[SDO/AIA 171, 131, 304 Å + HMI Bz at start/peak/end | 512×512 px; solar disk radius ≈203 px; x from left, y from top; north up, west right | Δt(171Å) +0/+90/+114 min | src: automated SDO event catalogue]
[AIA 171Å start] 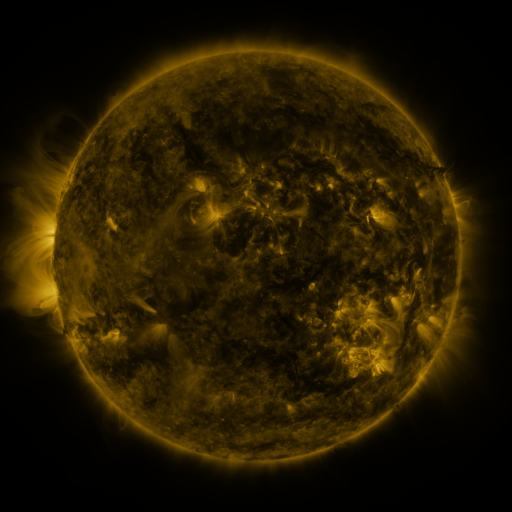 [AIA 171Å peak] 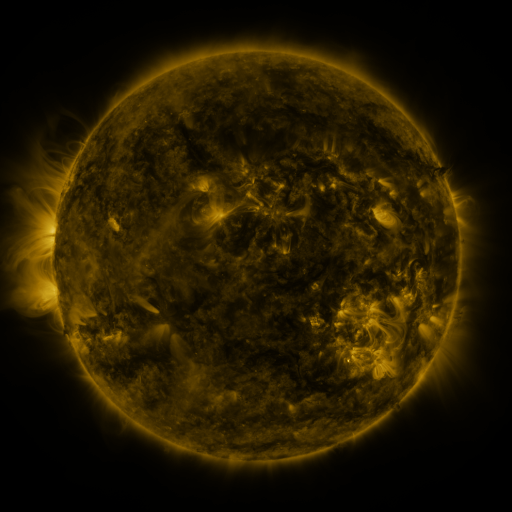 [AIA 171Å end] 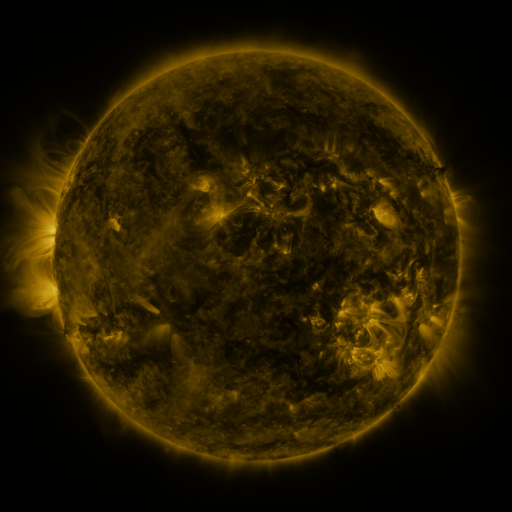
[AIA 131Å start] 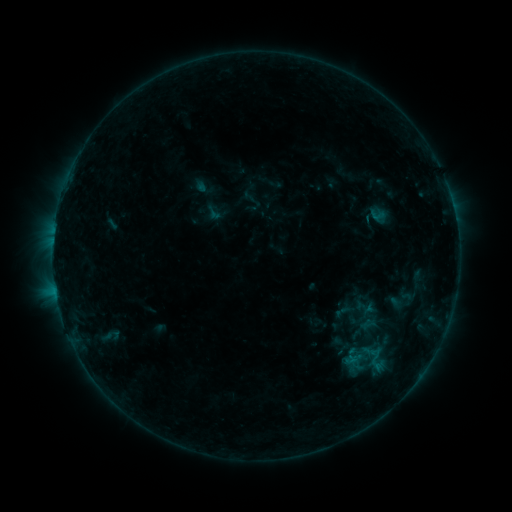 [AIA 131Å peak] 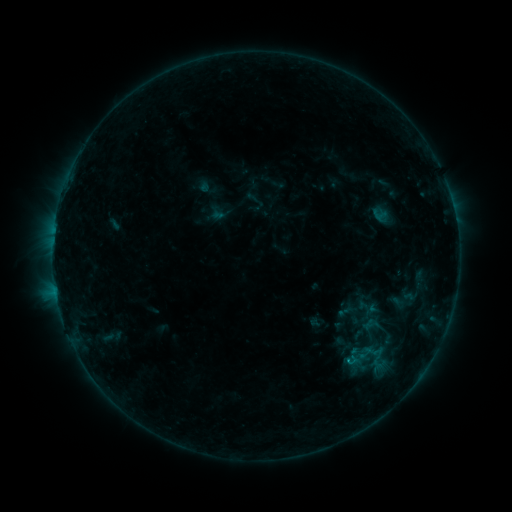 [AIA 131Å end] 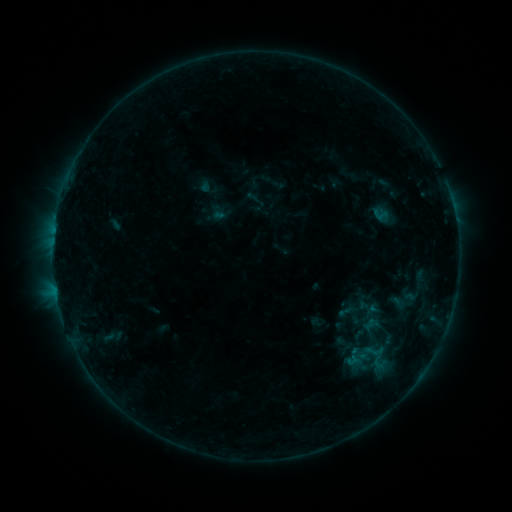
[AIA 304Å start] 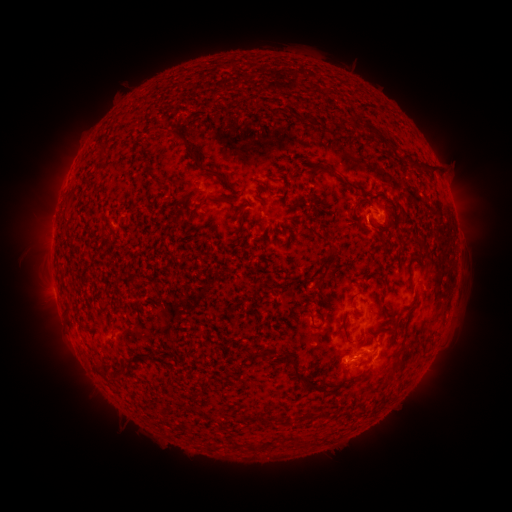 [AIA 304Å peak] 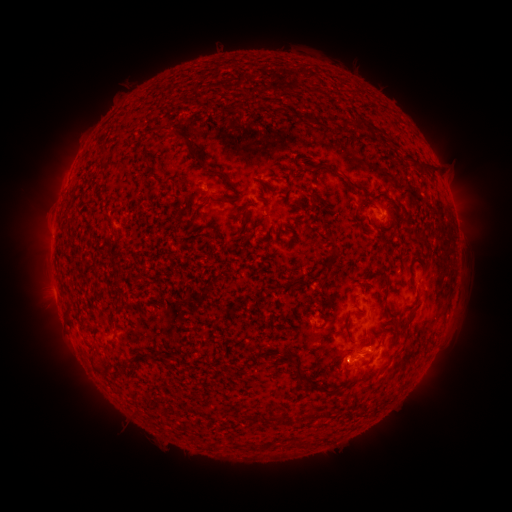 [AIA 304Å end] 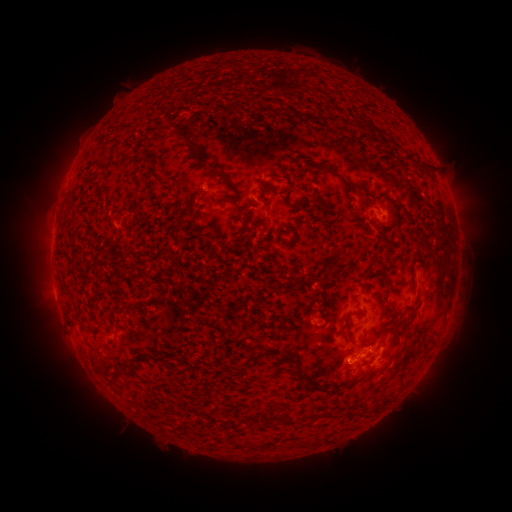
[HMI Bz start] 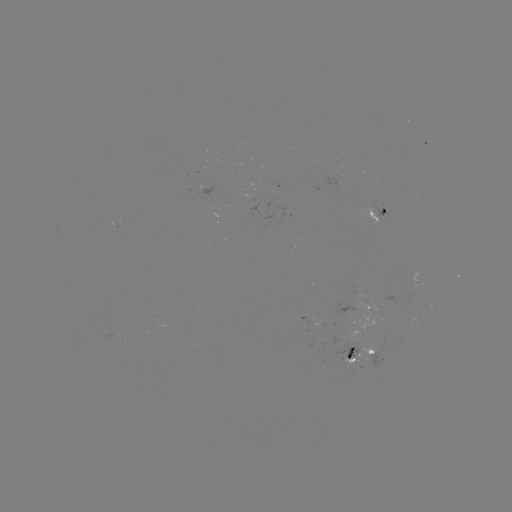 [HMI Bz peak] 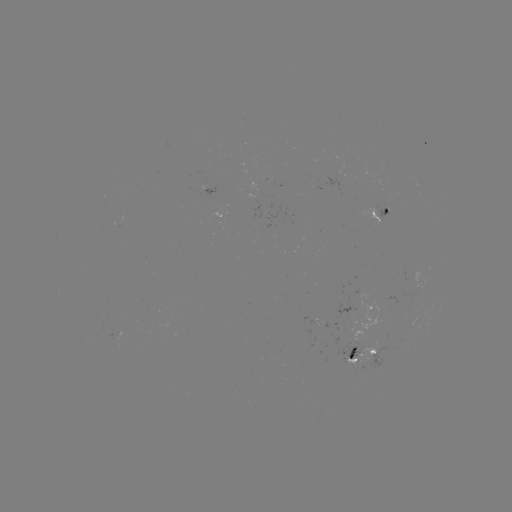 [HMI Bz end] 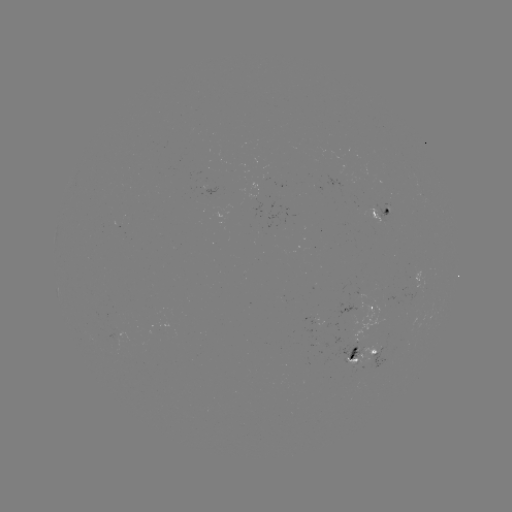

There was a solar emerging-flux region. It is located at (377, 354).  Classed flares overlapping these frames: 1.